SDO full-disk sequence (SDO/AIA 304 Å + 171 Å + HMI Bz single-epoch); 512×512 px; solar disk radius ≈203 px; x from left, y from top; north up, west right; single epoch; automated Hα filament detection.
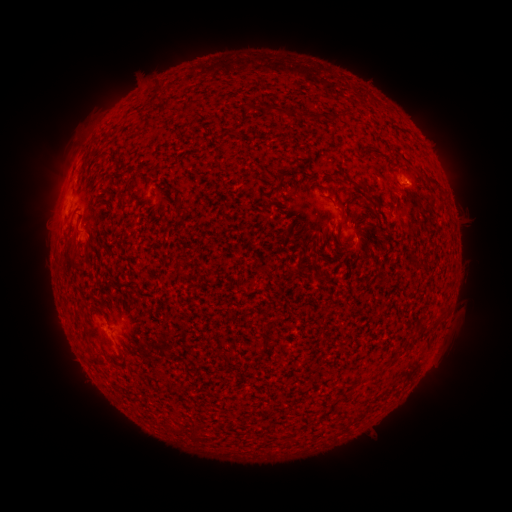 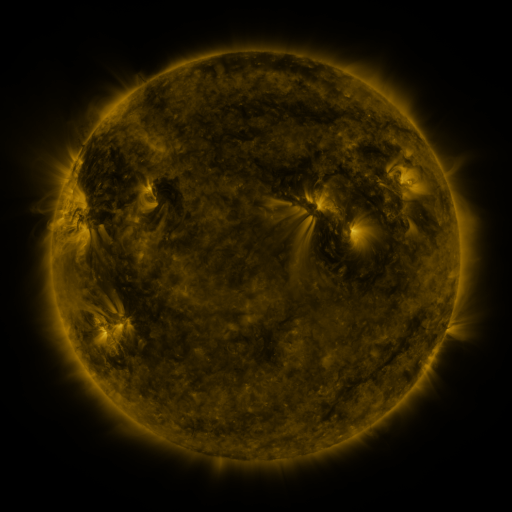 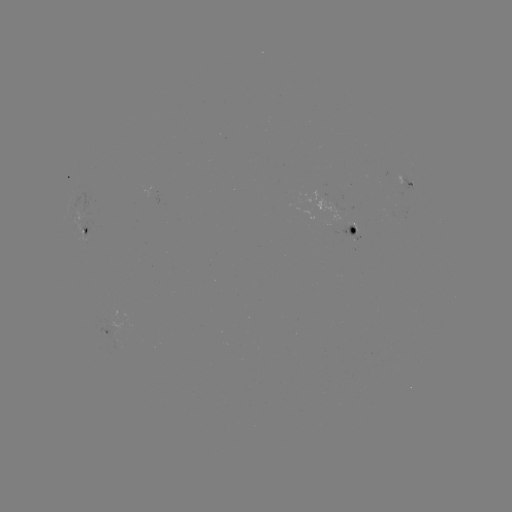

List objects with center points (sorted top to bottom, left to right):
filament: (153, 93, 161, 104)
filament: (181, 99, 198, 117)
filament: (262, 105, 273, 116)
filament: (281, 108, 292, 116)
filament: (415, 169, 442, 192)
filament: (274, 172, 283, 183)
filament: (335, 177, 367, 196)
filament: (383, 183, 395, 196)
filament: (337, 204, 349, 220)
filament: (75, 211, 84, 230)
filament: (69, 241, 77, 251)
filament: (416, 323, 427, 332)
filament: (188, 426, 198, 442)
